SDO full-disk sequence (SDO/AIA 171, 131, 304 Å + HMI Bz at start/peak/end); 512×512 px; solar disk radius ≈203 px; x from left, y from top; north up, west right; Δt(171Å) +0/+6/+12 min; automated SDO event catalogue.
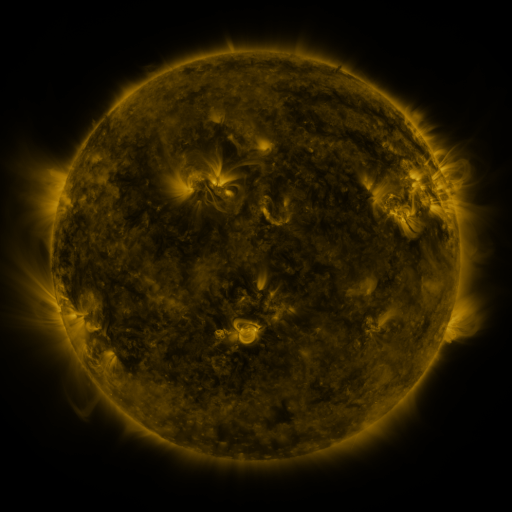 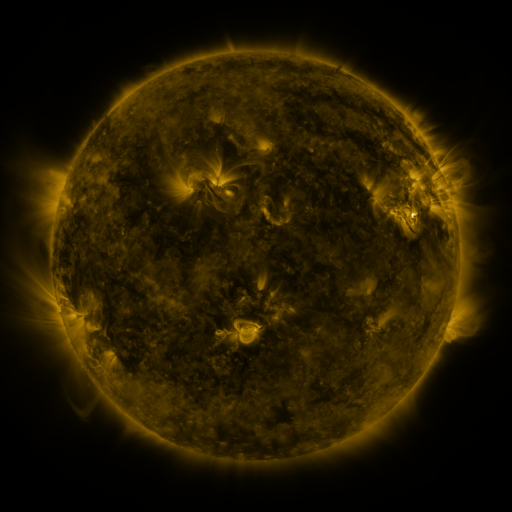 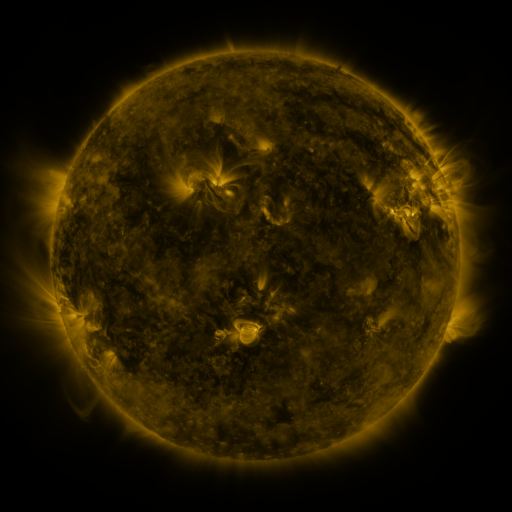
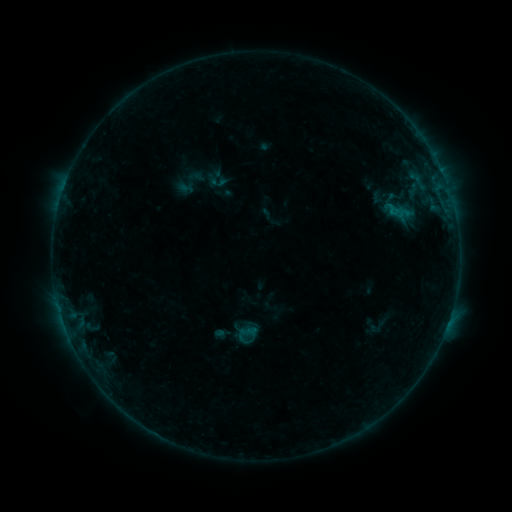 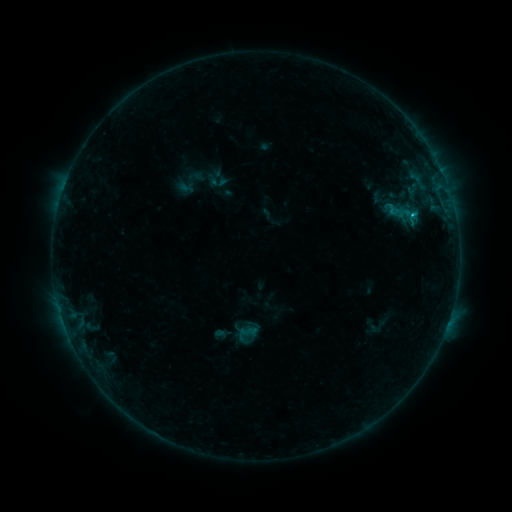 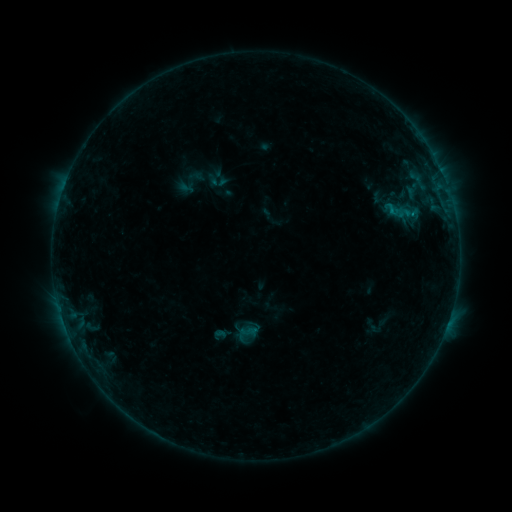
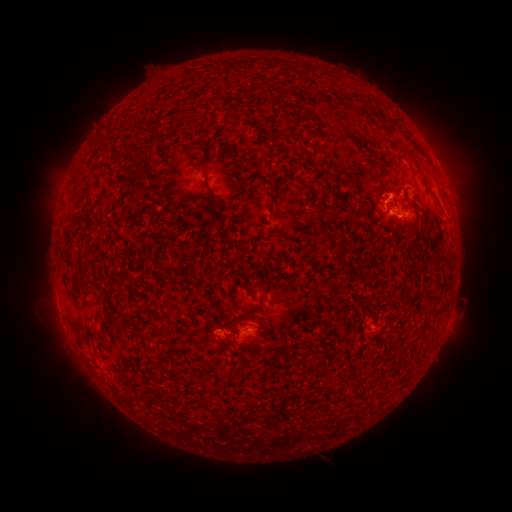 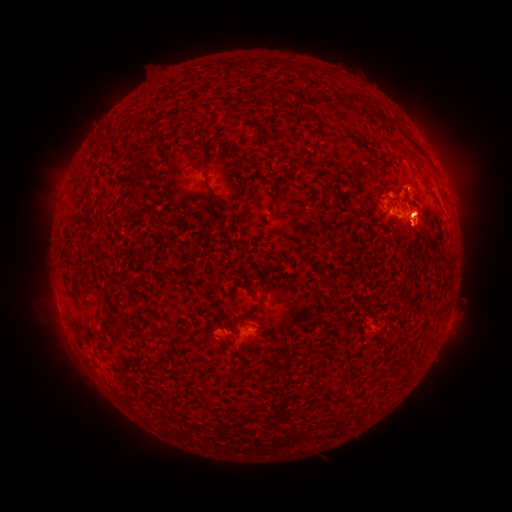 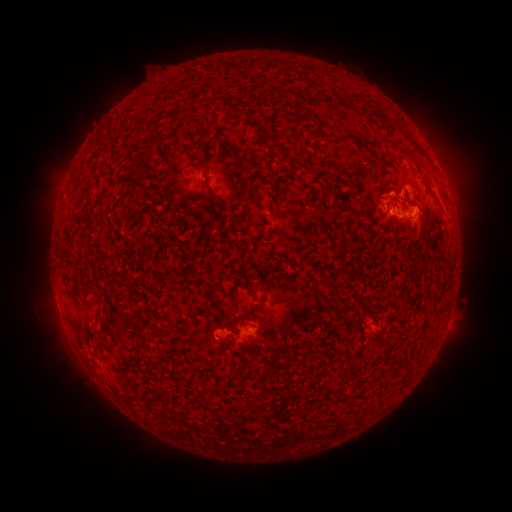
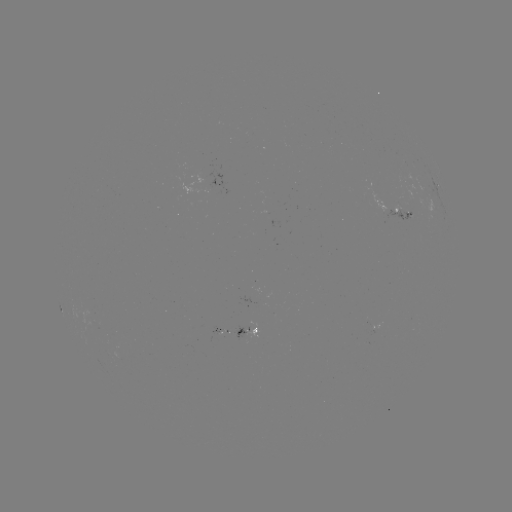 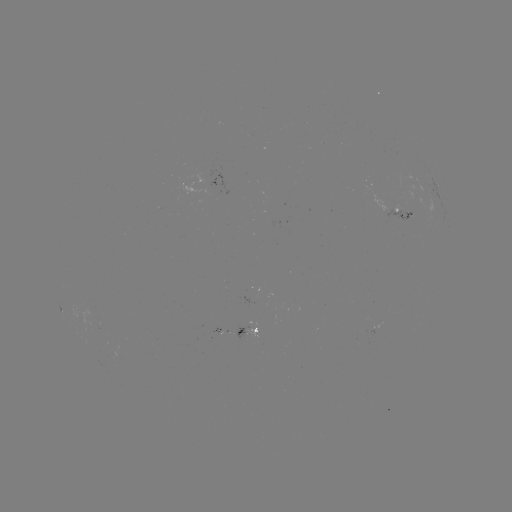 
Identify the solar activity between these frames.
B8.4 flare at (412, 218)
